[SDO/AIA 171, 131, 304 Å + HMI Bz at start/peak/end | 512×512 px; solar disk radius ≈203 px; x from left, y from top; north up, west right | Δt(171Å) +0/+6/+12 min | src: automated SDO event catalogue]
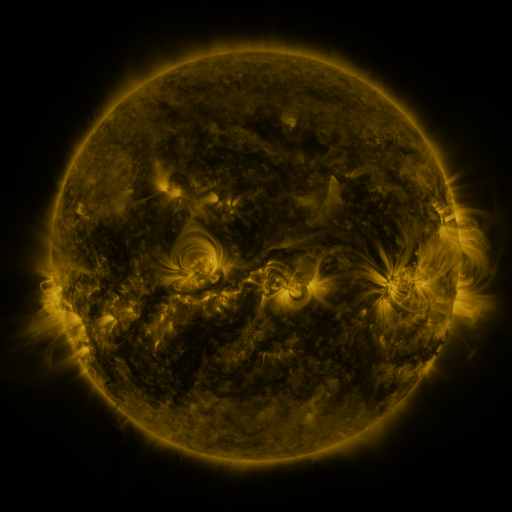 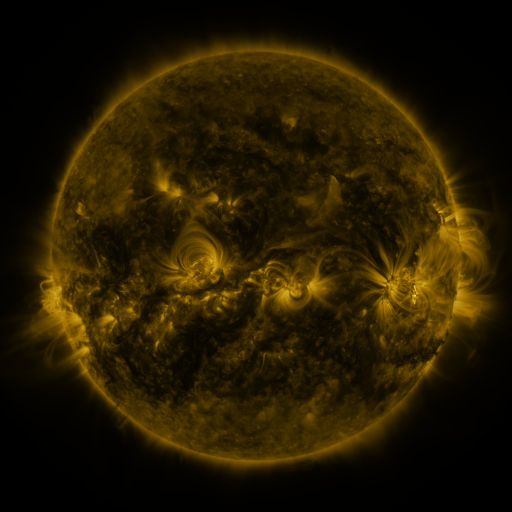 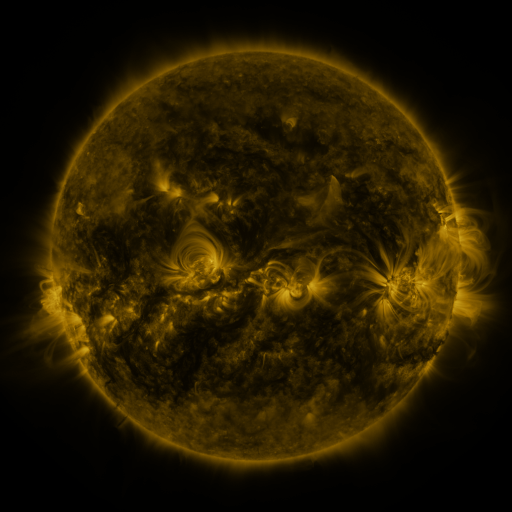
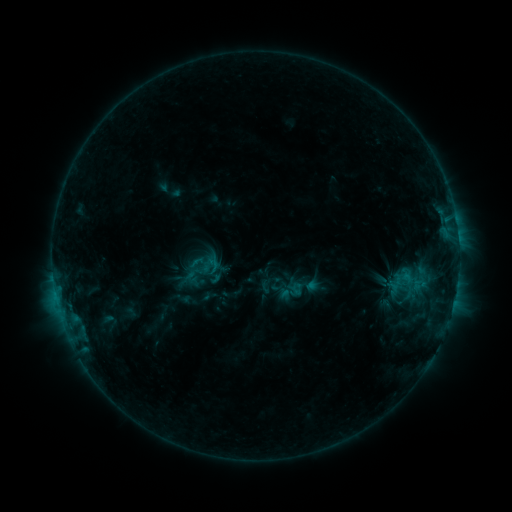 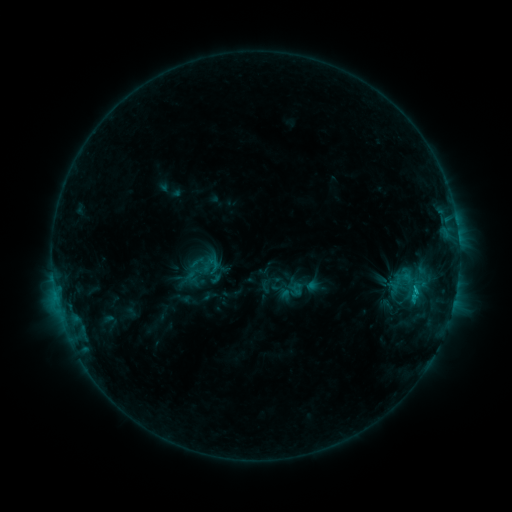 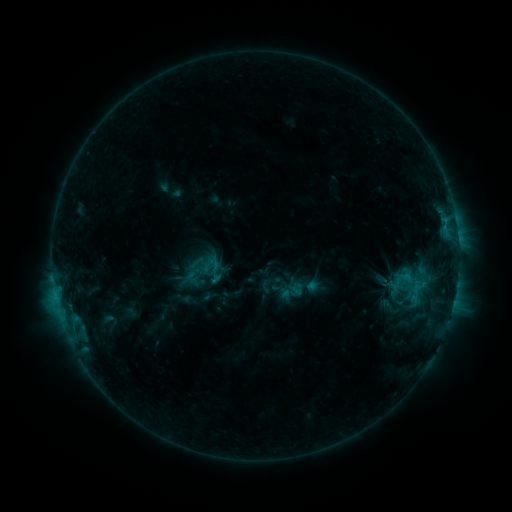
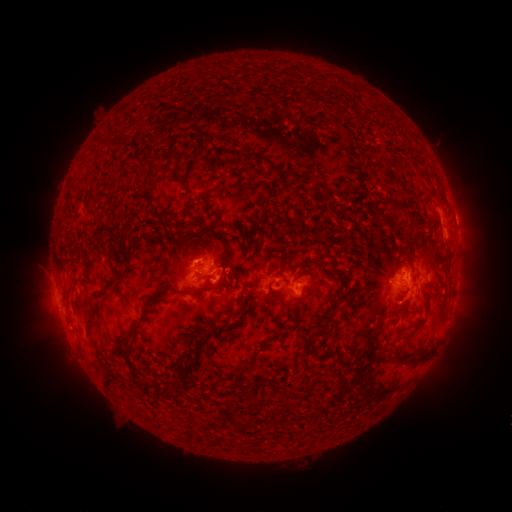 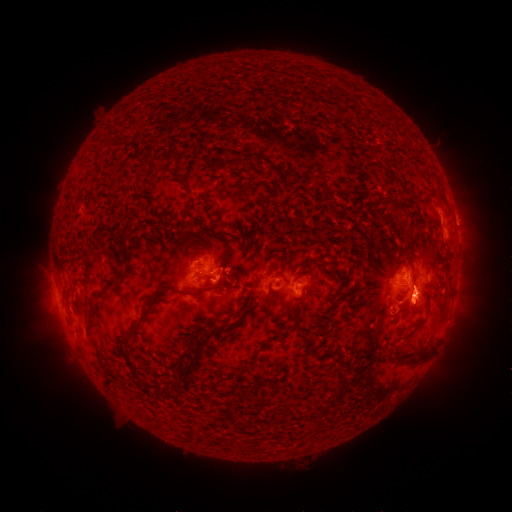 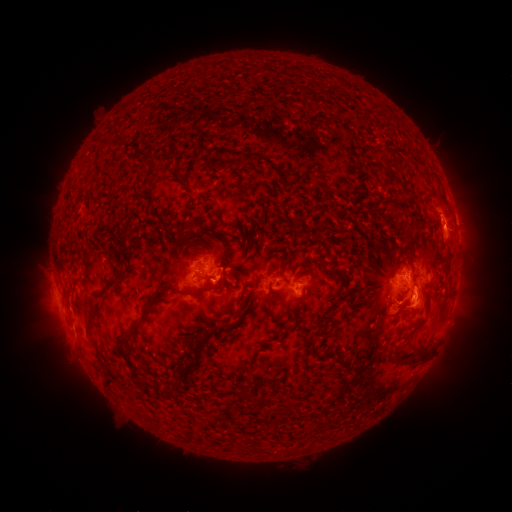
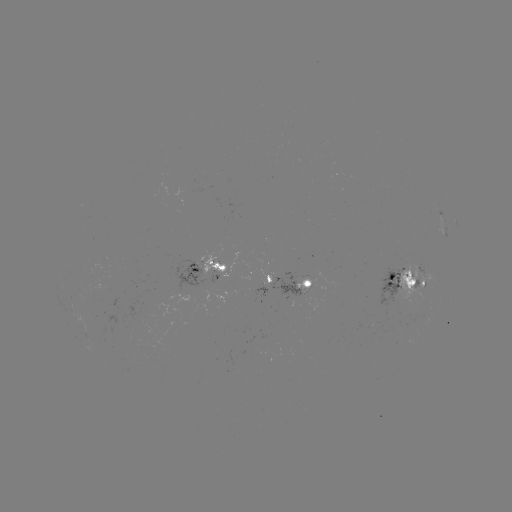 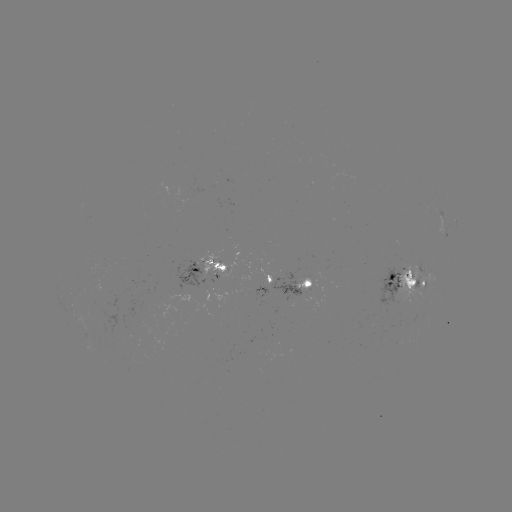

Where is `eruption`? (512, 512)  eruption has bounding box [394, 279, 450, 335].